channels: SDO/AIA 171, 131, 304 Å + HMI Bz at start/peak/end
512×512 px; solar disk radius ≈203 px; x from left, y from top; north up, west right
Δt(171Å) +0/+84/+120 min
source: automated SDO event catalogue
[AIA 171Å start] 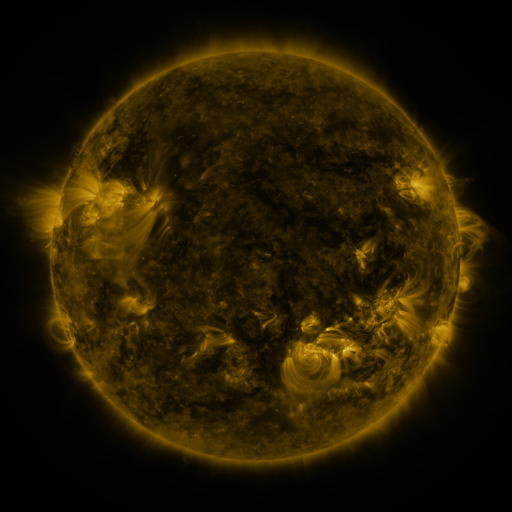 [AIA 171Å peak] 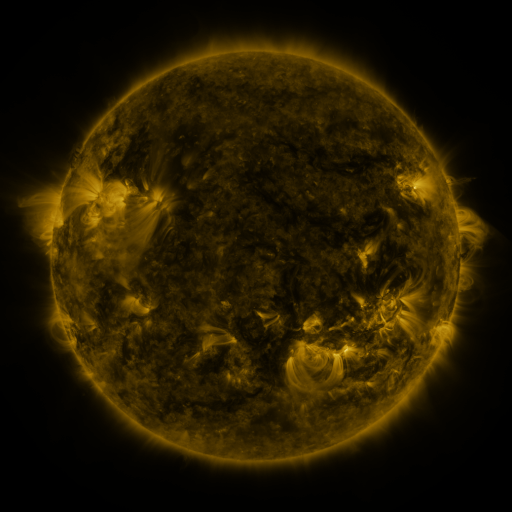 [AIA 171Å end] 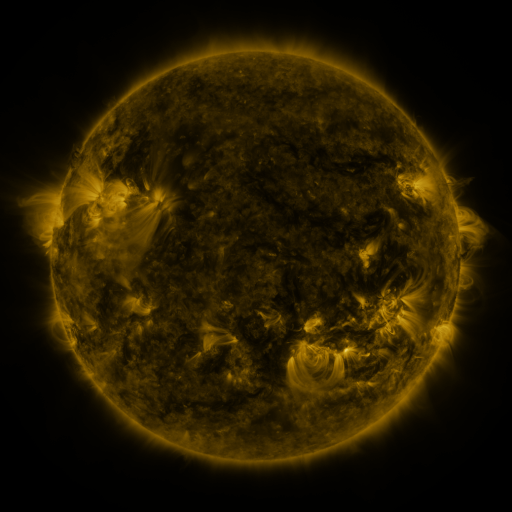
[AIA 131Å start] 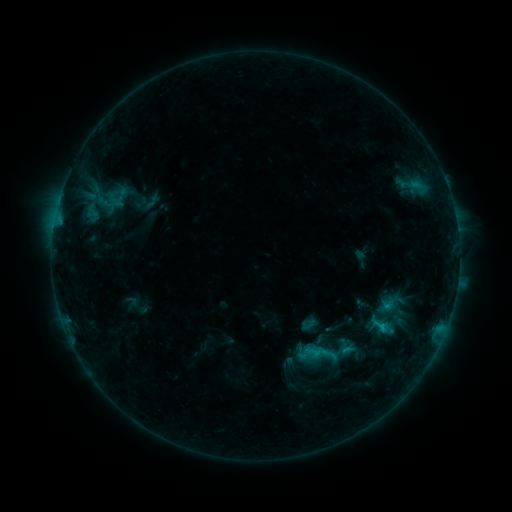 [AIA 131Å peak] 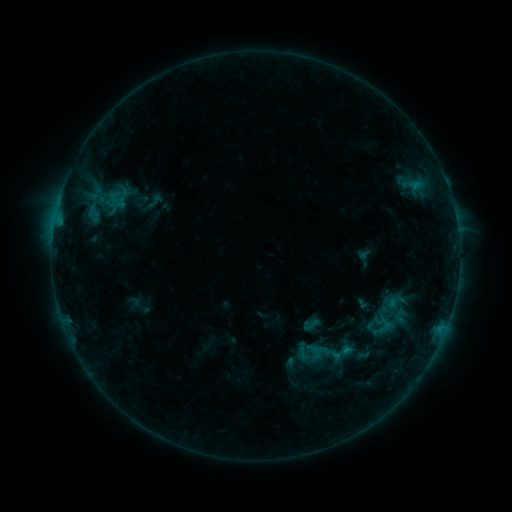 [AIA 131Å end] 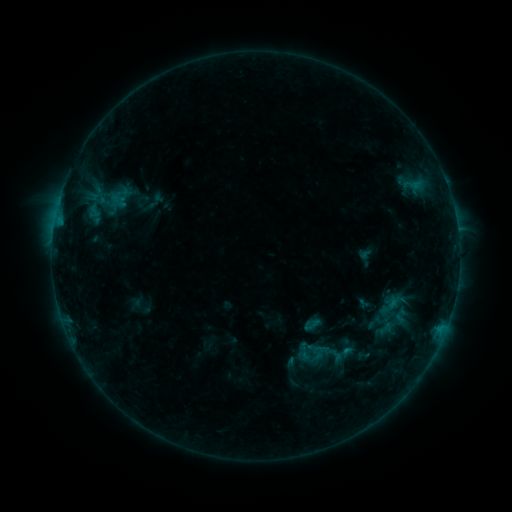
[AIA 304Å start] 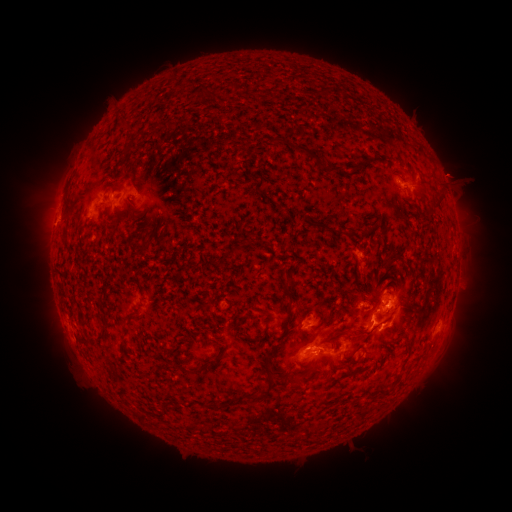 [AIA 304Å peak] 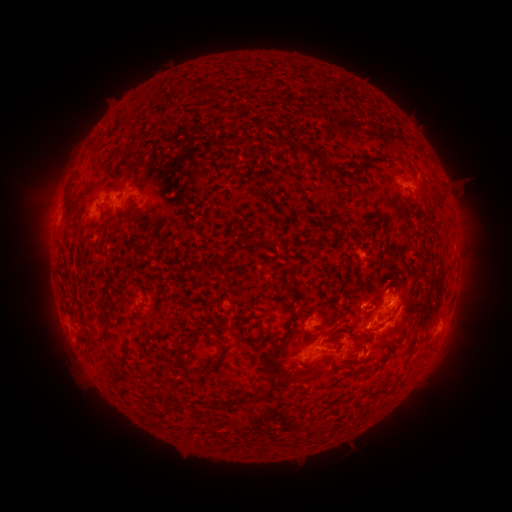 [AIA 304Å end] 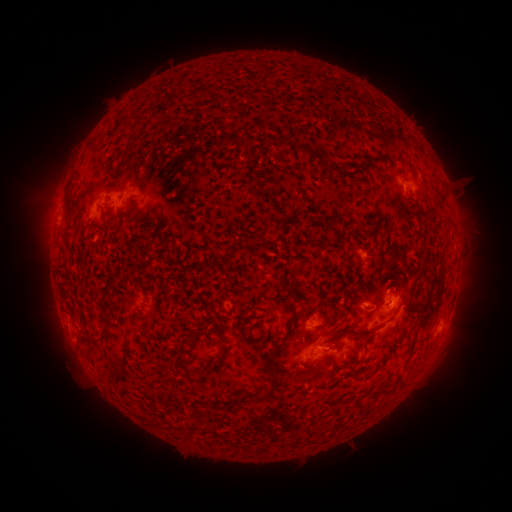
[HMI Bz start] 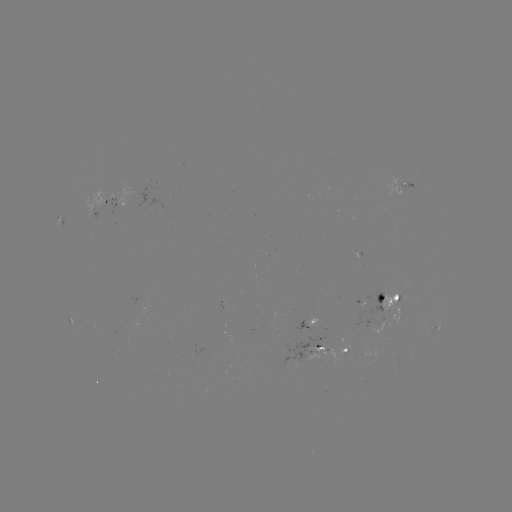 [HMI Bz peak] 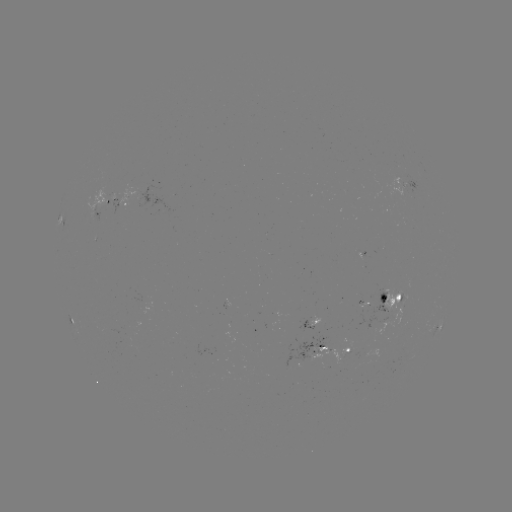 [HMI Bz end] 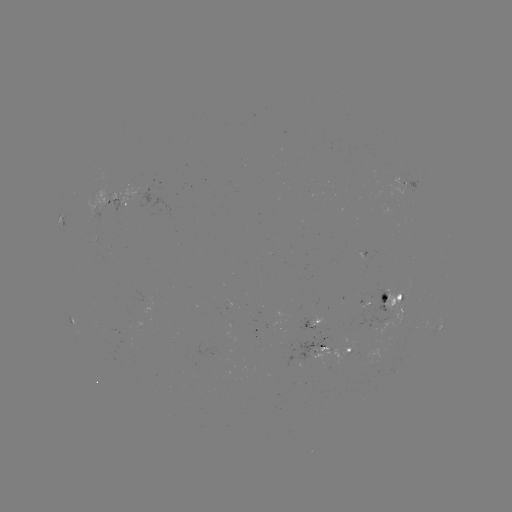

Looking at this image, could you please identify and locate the emerging-flux region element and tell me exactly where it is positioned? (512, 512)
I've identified emerging-flux region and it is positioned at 362,259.